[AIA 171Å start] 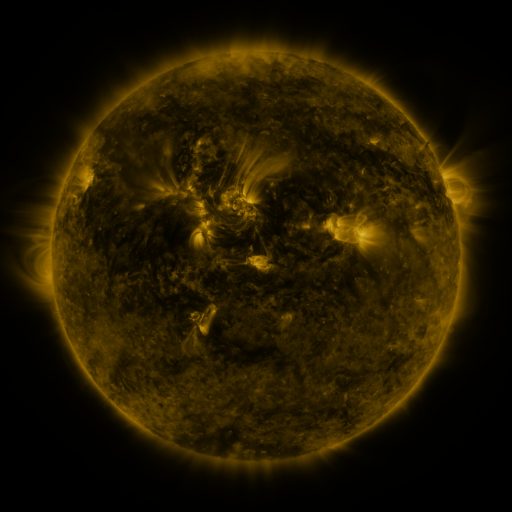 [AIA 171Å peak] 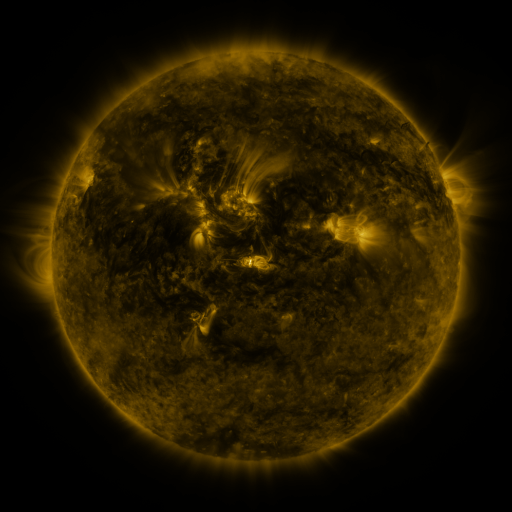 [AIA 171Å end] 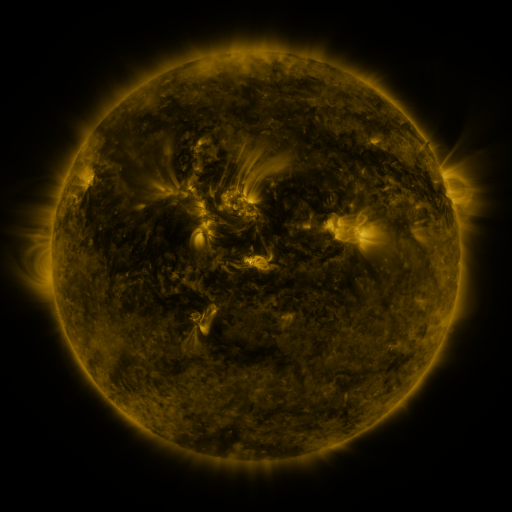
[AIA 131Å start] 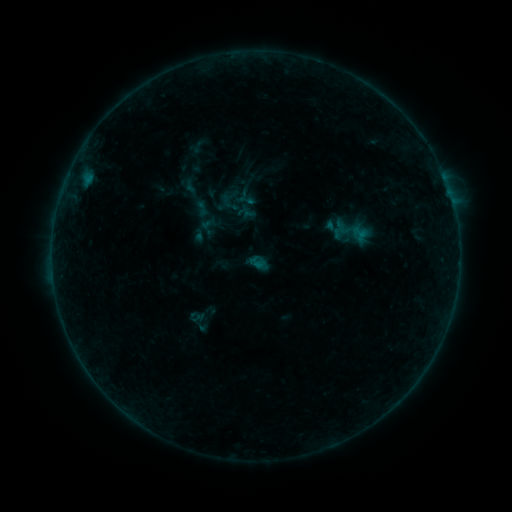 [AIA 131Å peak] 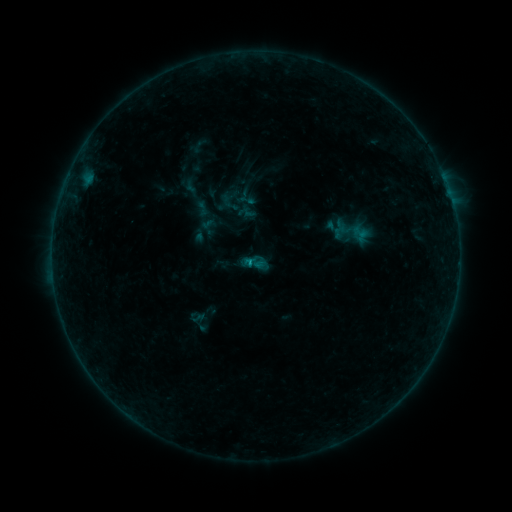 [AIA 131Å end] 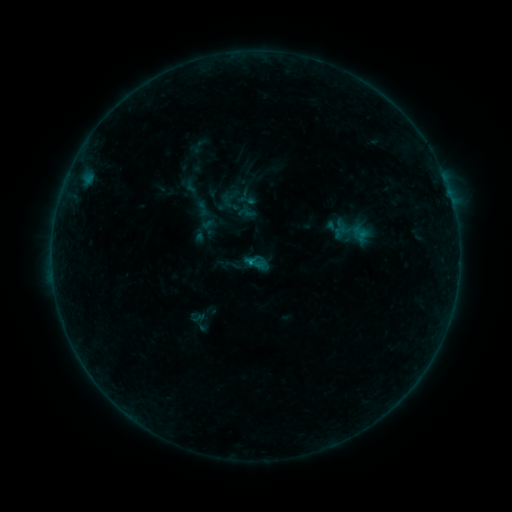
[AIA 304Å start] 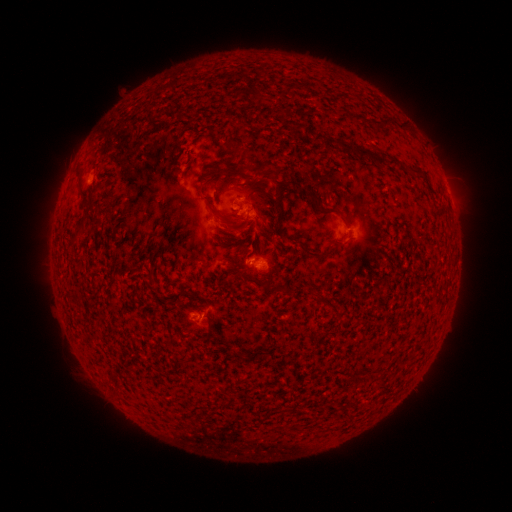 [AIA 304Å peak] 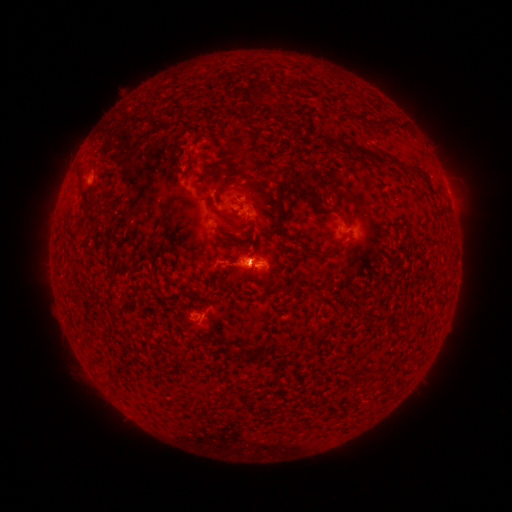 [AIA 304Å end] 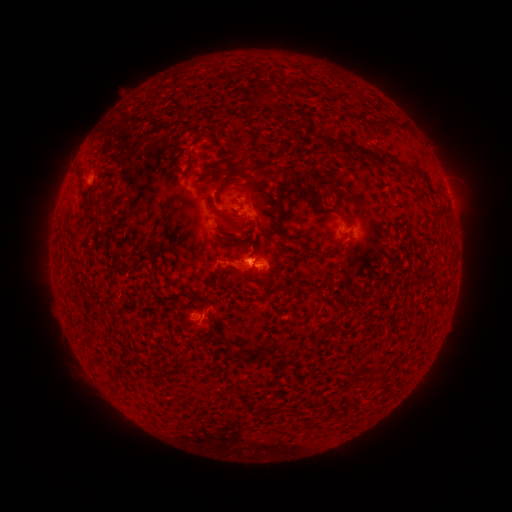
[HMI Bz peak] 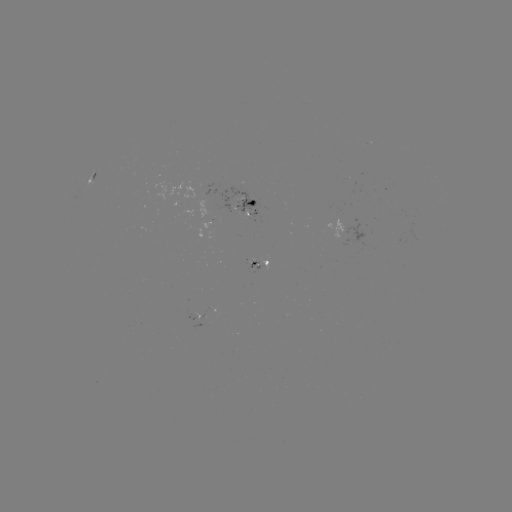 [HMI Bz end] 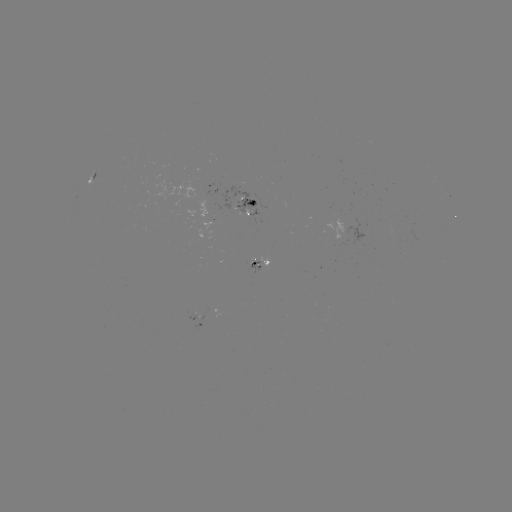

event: eruption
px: (234, 261)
